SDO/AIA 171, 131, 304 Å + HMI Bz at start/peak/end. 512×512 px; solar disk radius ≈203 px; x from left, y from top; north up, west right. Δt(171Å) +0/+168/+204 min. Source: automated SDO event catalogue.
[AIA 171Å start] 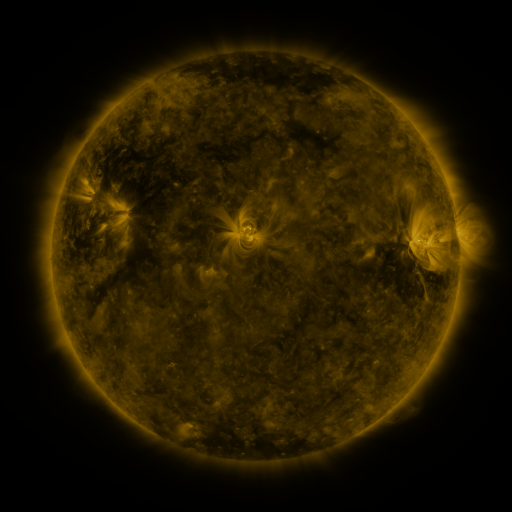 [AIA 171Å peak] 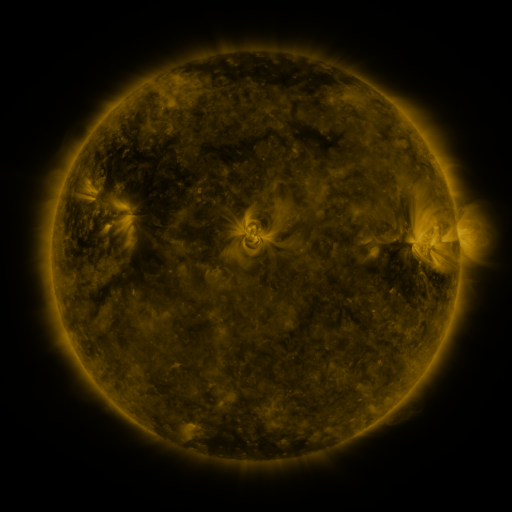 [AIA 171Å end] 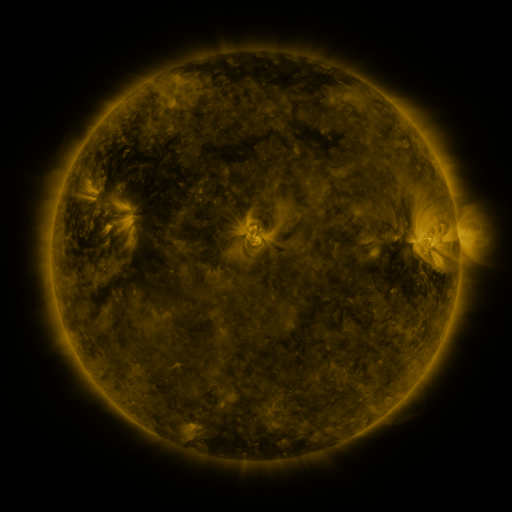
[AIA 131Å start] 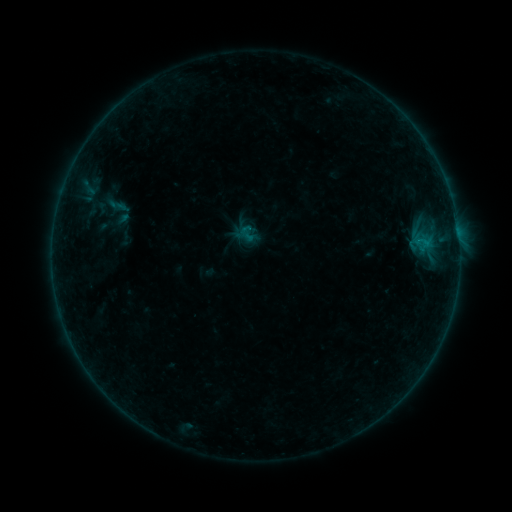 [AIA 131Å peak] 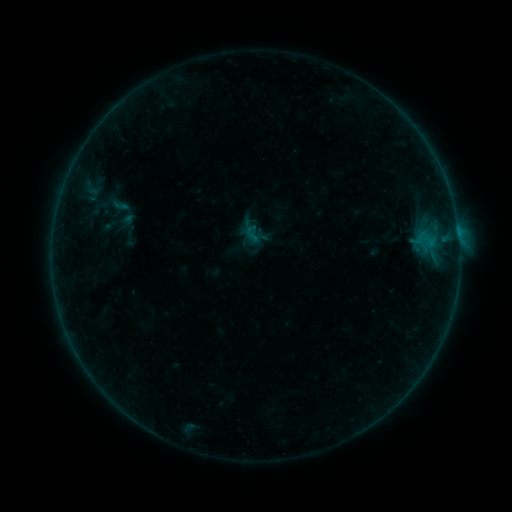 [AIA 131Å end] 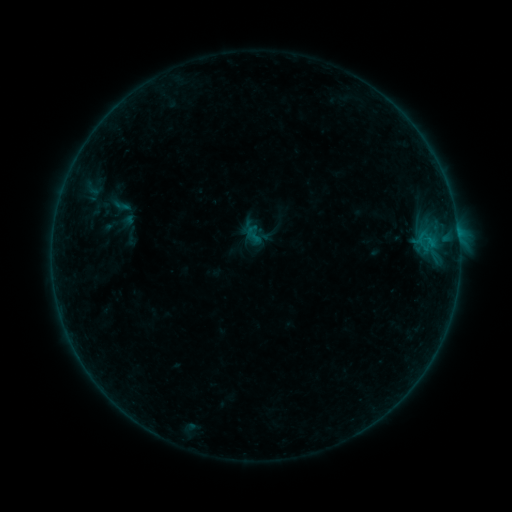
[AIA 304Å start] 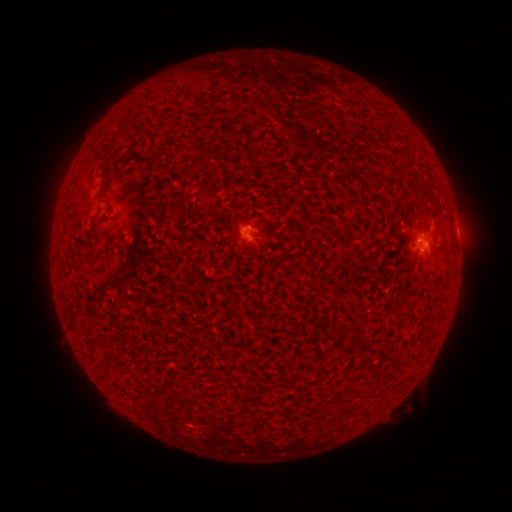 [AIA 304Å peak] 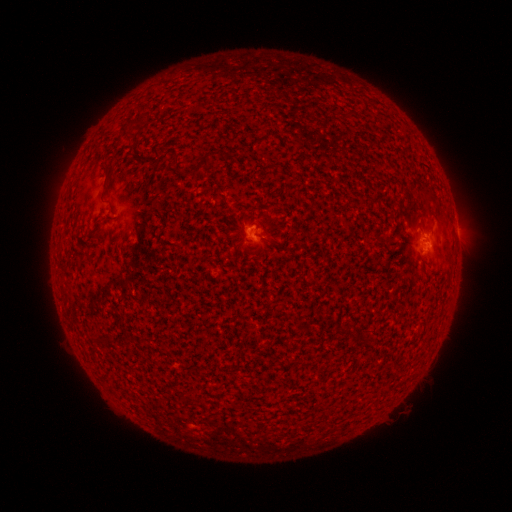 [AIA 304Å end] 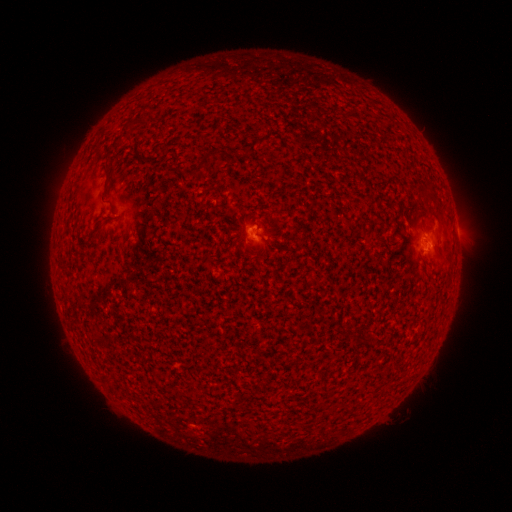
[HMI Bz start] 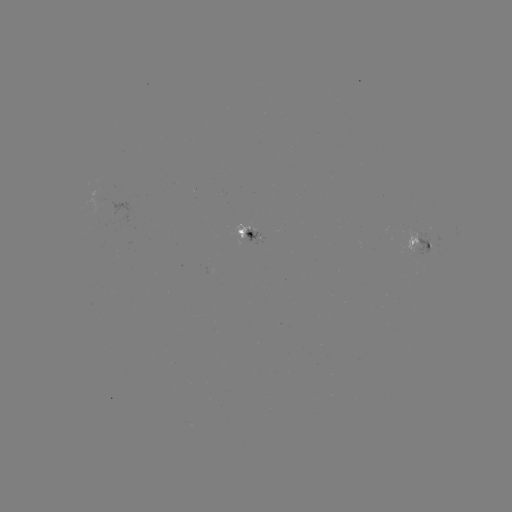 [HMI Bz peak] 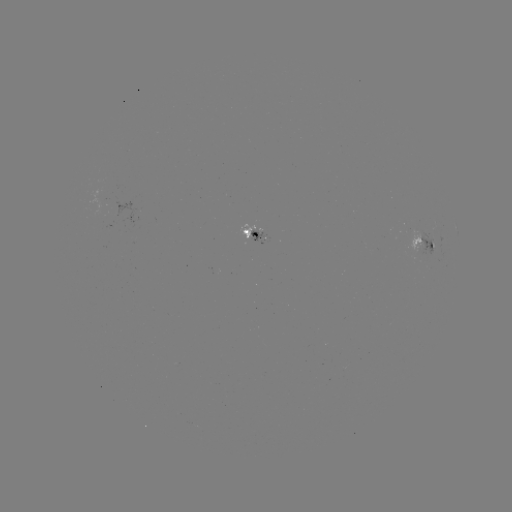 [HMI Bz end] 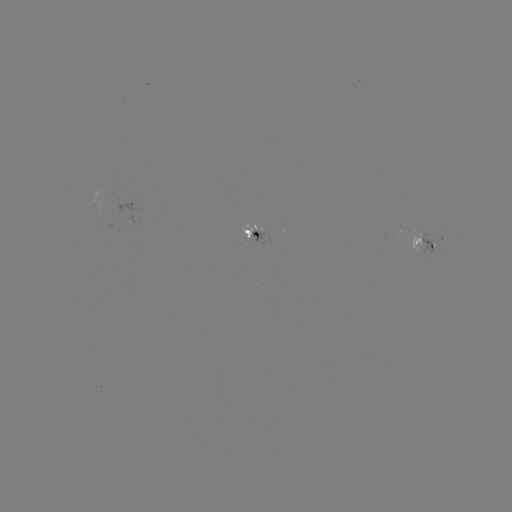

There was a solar emerging-flux region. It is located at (412, 234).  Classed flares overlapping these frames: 1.